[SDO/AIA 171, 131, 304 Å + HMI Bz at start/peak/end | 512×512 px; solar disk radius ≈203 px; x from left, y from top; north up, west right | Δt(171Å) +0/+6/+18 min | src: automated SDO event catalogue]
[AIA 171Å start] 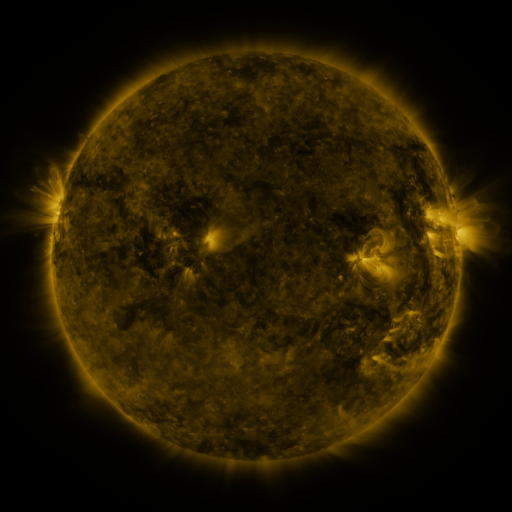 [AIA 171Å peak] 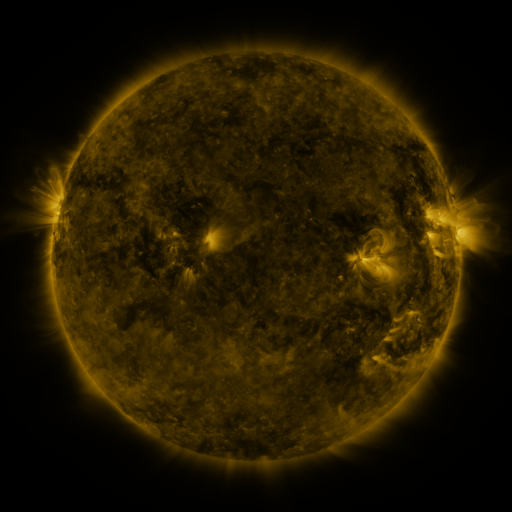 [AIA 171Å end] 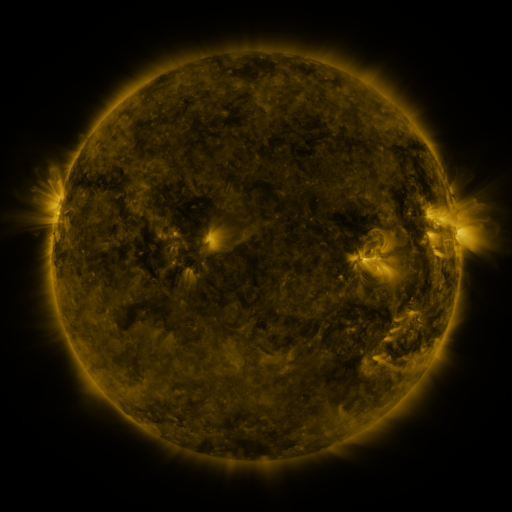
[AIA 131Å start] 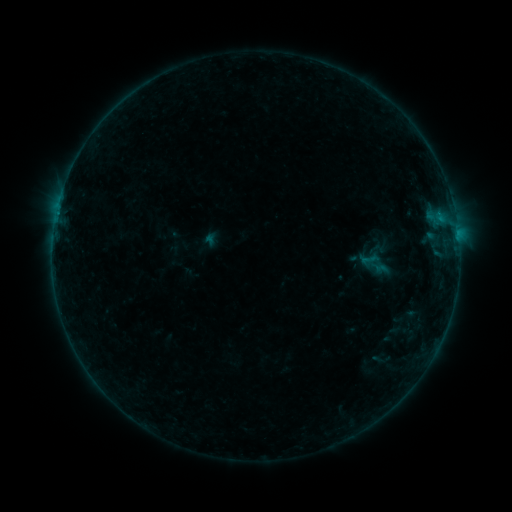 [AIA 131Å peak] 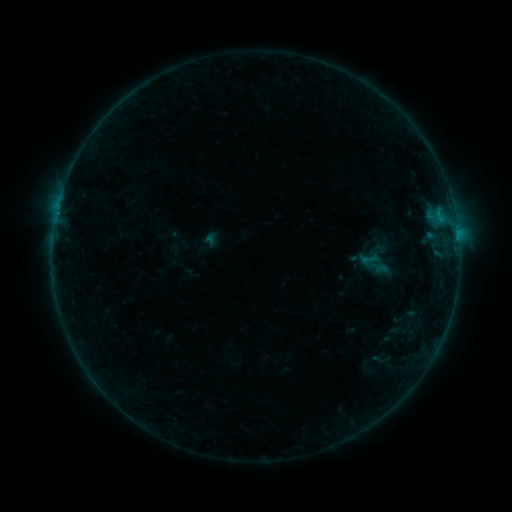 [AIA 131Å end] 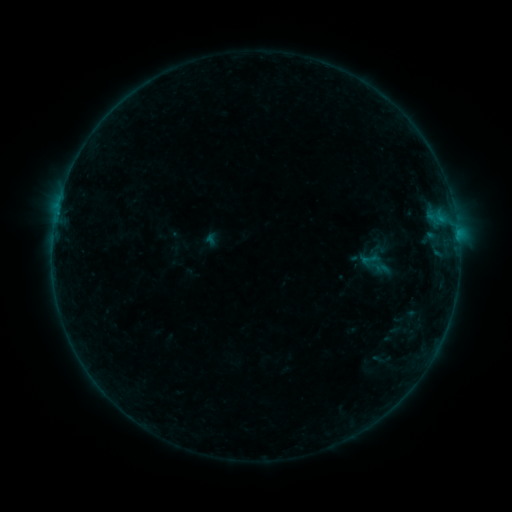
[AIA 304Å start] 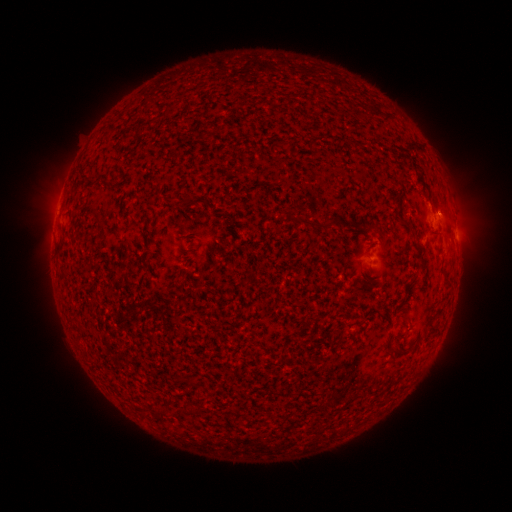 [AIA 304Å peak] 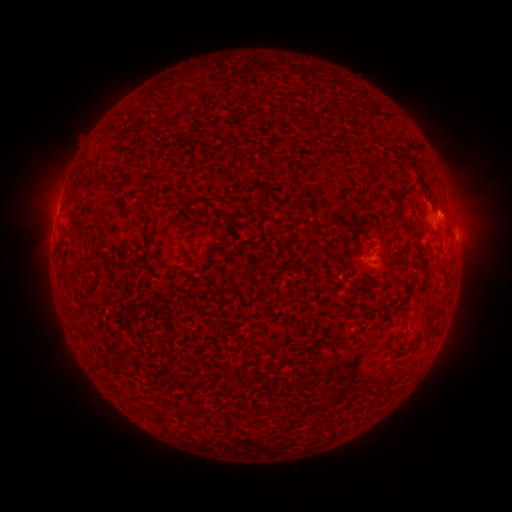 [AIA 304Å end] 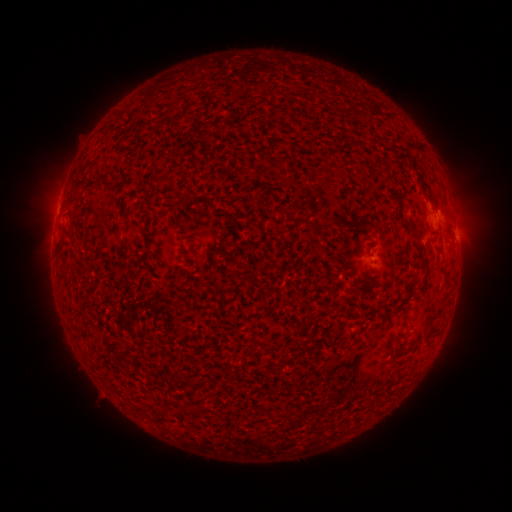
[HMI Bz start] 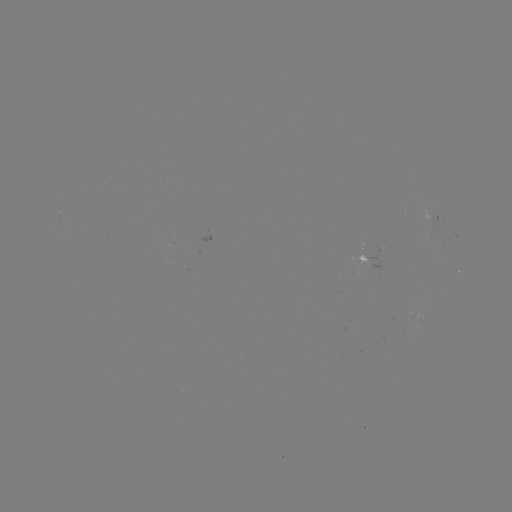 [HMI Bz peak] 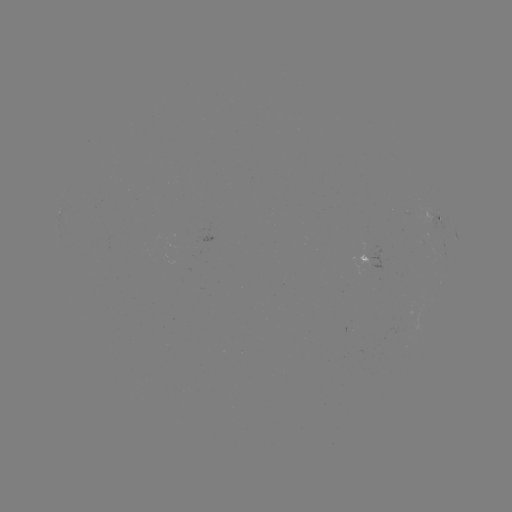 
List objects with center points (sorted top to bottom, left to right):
B2.4 flare: (437, 216)
